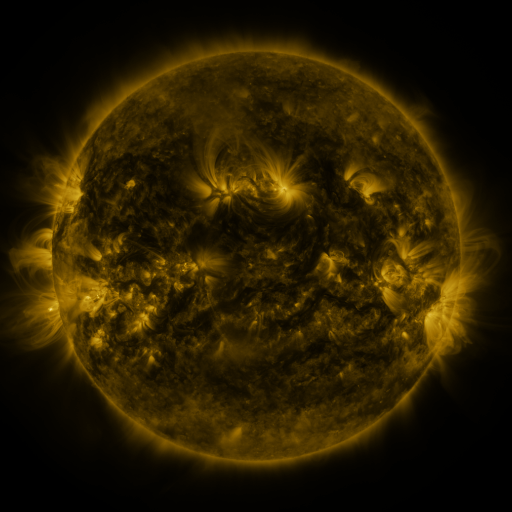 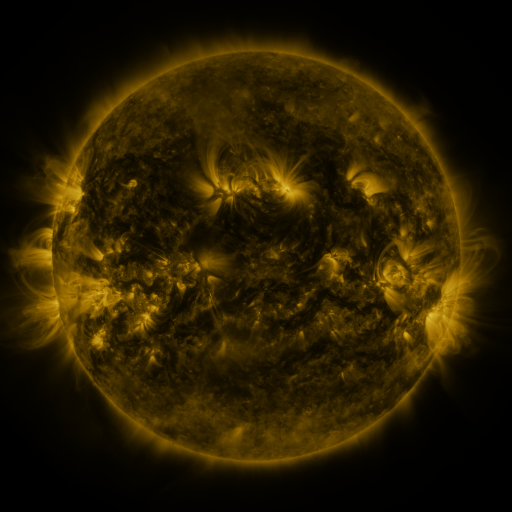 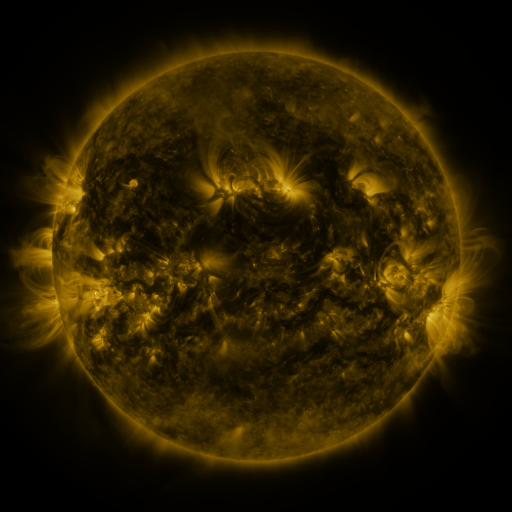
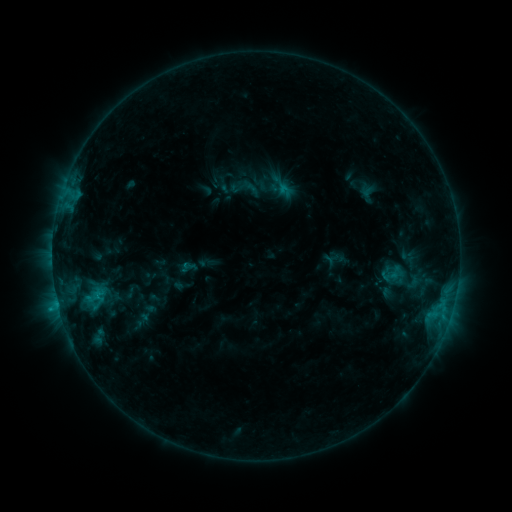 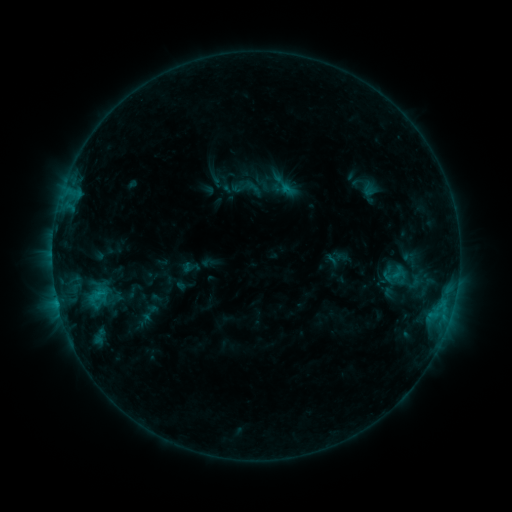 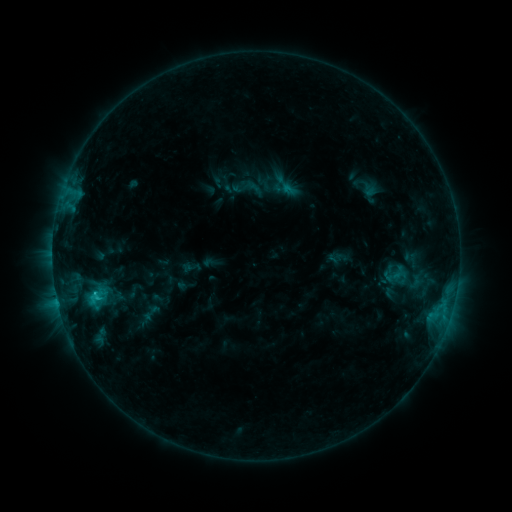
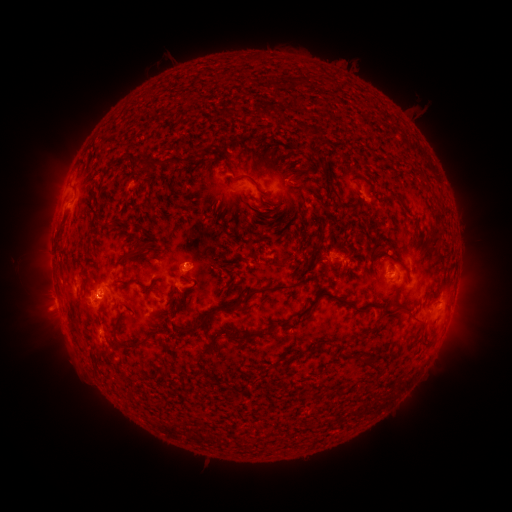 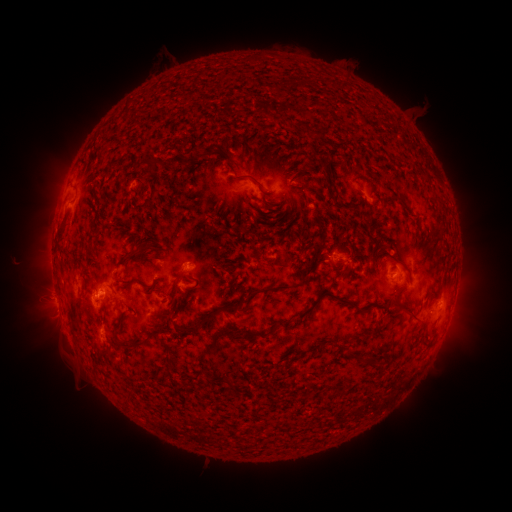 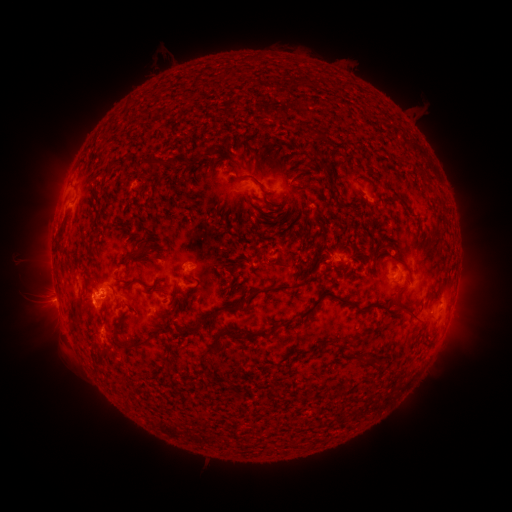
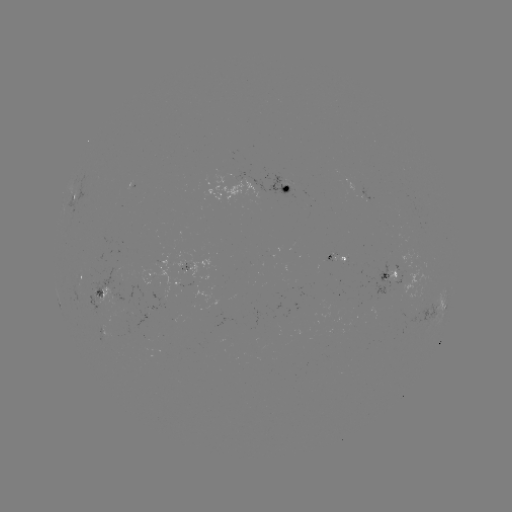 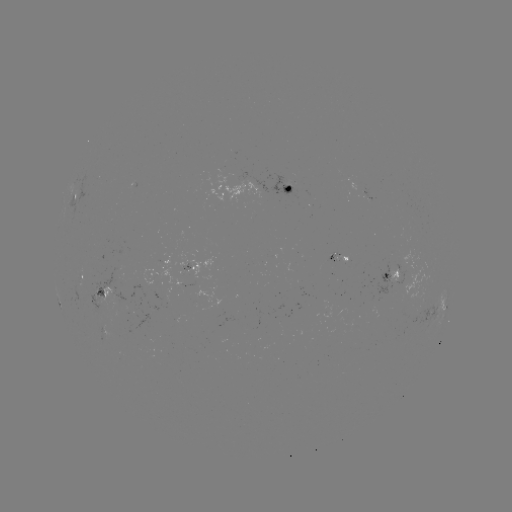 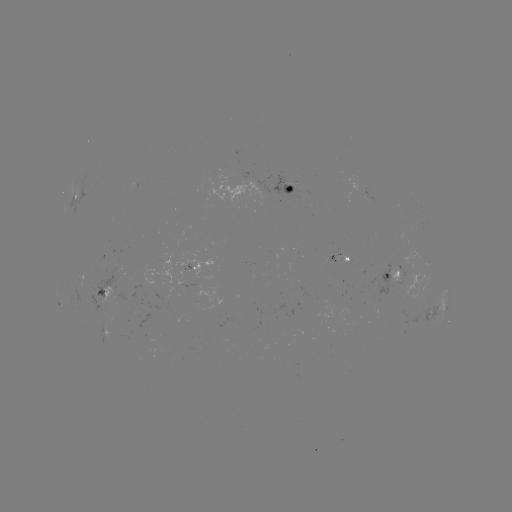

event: emerging-flux region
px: (107, 326)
